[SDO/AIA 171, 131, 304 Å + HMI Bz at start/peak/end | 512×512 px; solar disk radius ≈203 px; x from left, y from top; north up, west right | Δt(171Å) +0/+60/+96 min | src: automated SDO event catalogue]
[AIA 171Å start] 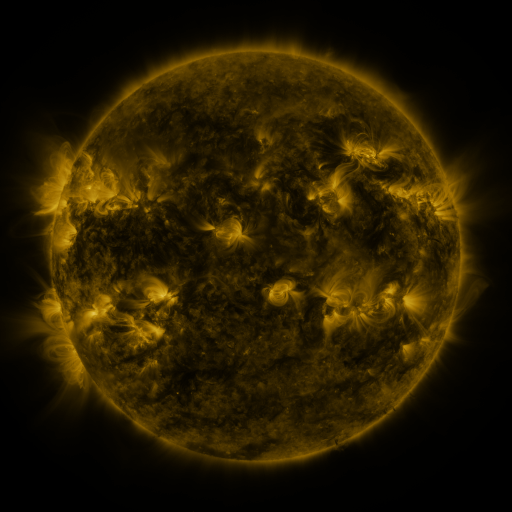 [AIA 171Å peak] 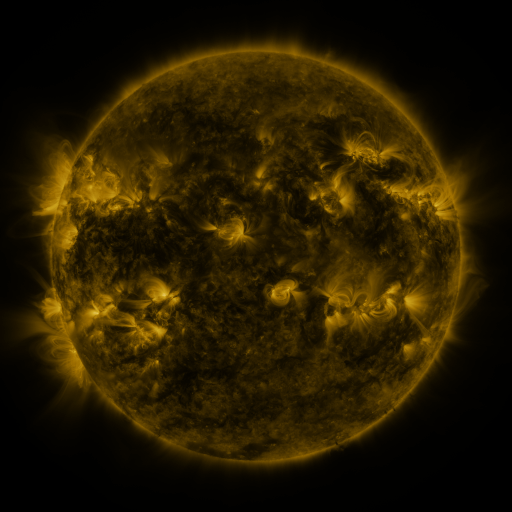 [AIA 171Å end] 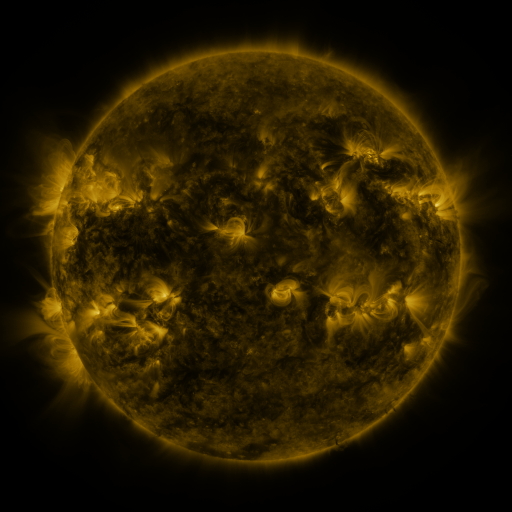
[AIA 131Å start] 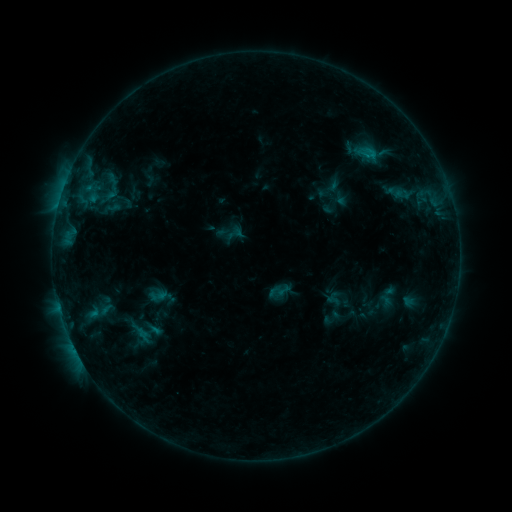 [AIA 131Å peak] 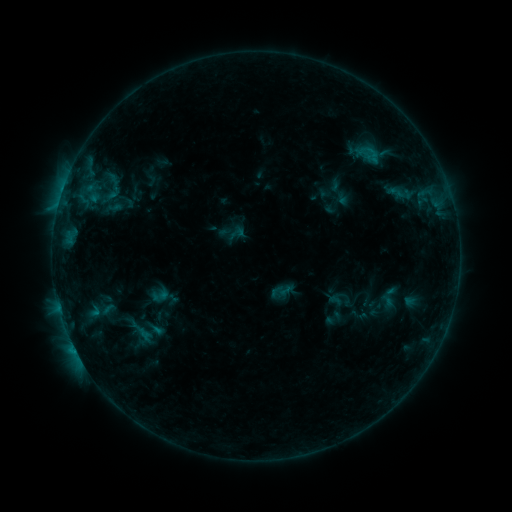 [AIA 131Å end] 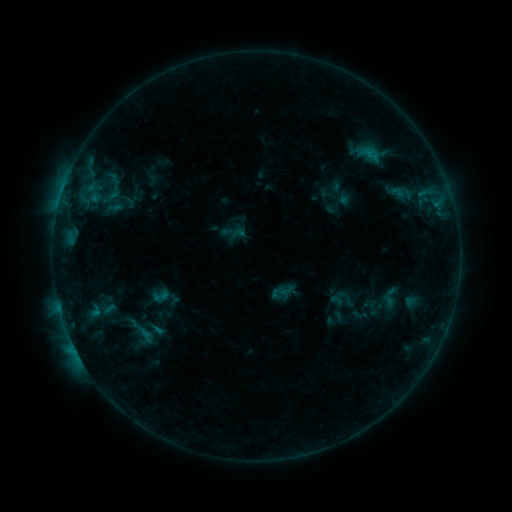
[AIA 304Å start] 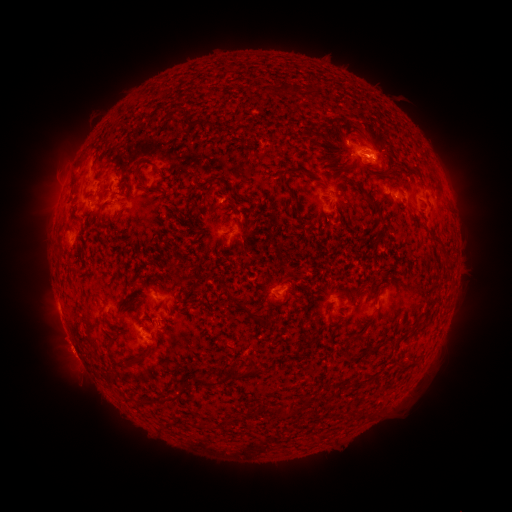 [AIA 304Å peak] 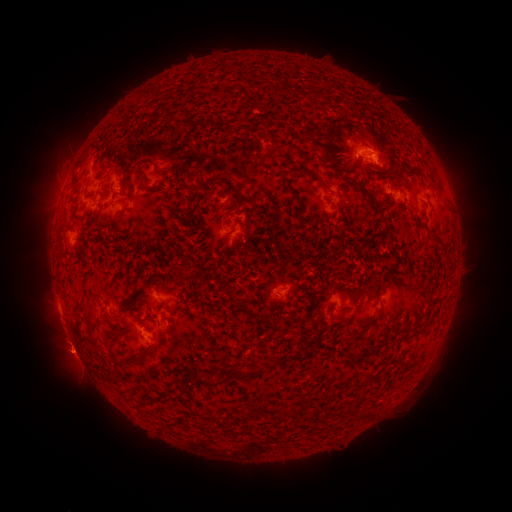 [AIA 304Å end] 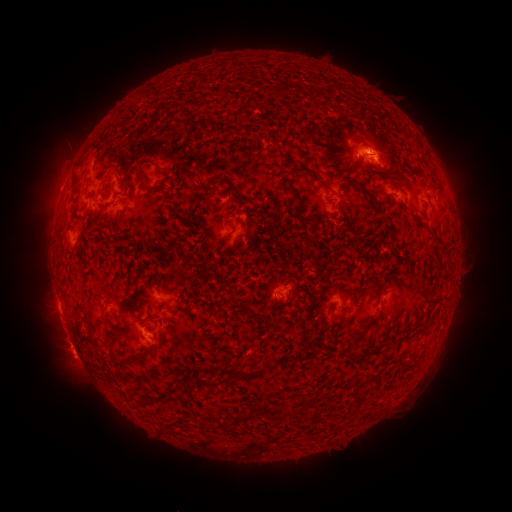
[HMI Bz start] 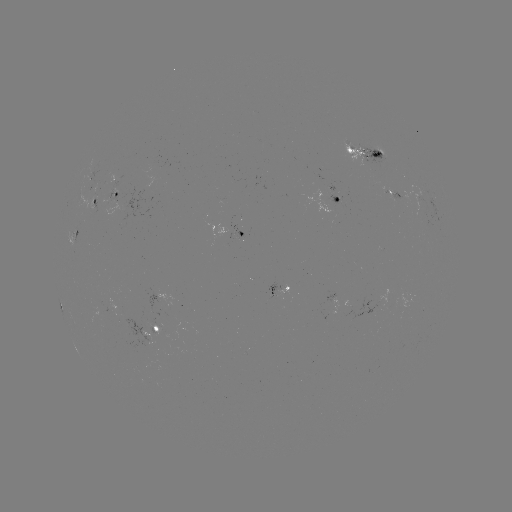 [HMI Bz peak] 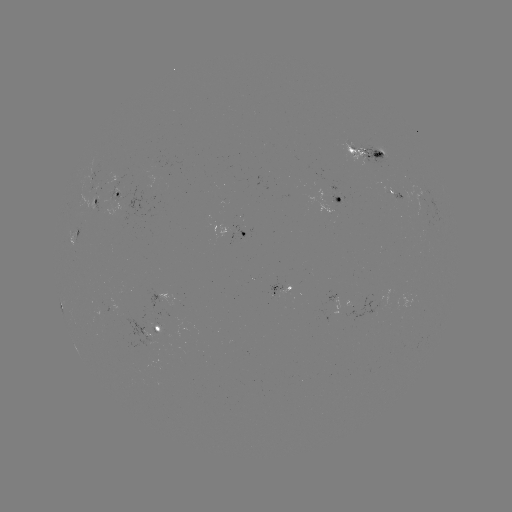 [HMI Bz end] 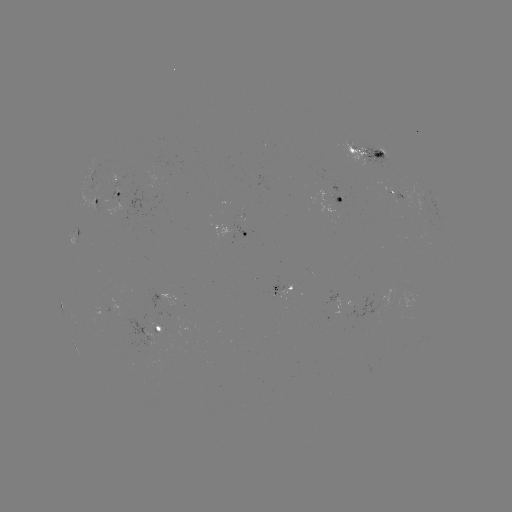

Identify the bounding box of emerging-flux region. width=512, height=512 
[346, 298, 379, 324].